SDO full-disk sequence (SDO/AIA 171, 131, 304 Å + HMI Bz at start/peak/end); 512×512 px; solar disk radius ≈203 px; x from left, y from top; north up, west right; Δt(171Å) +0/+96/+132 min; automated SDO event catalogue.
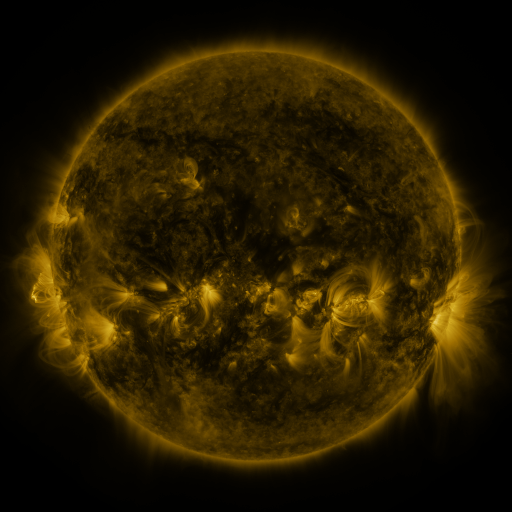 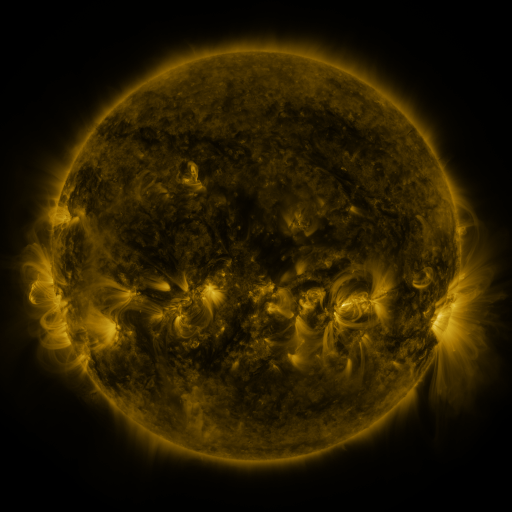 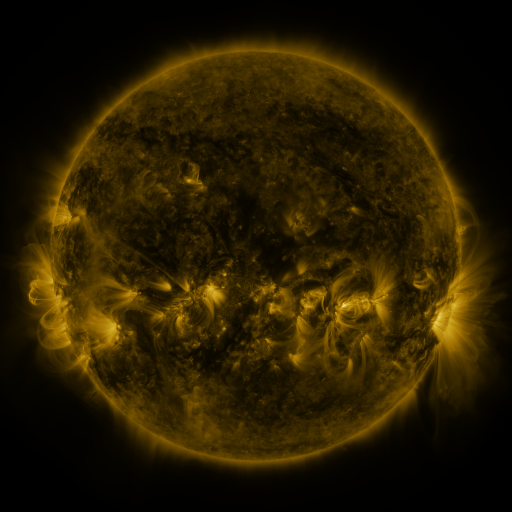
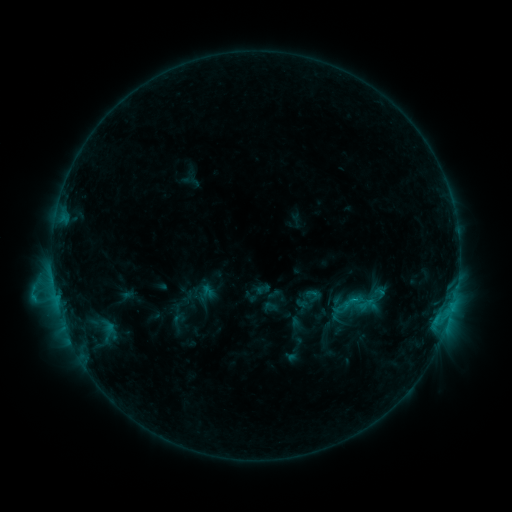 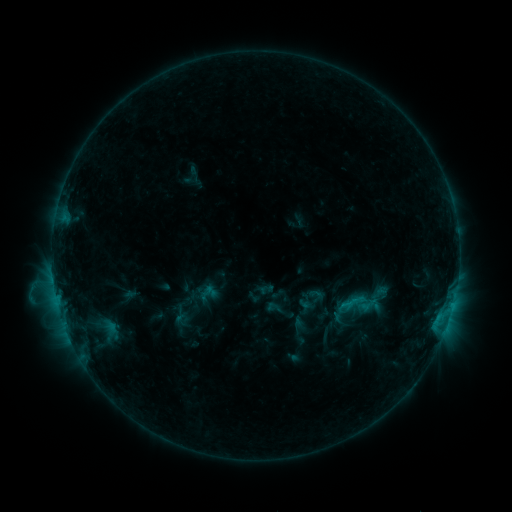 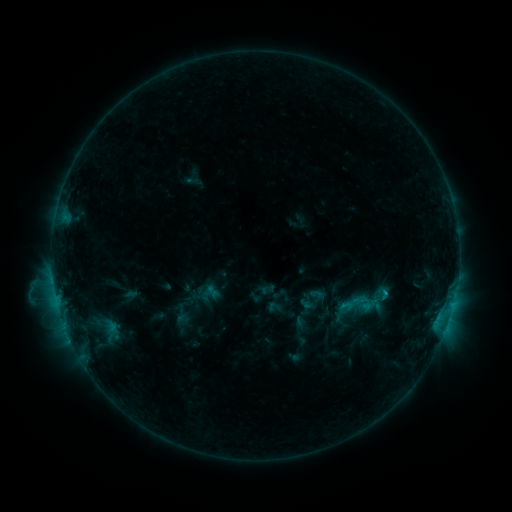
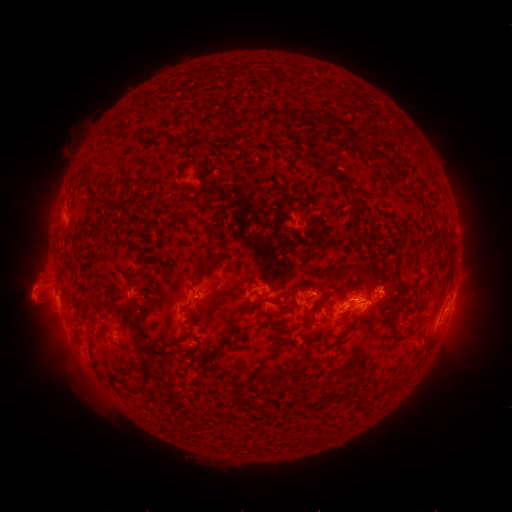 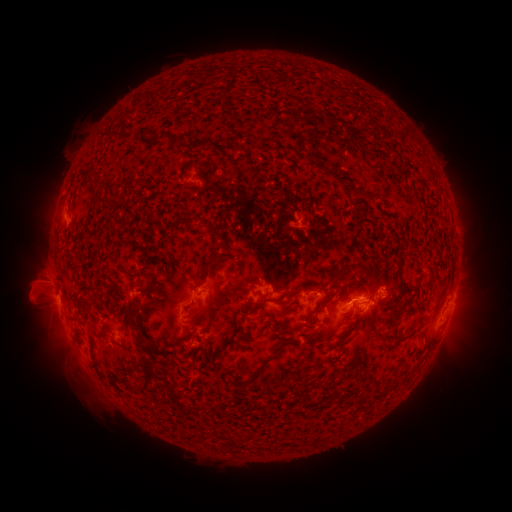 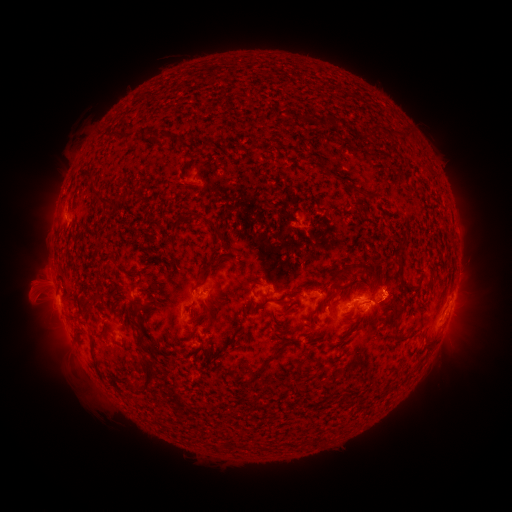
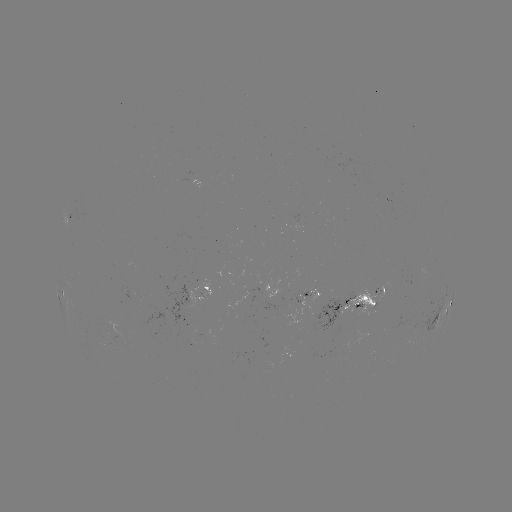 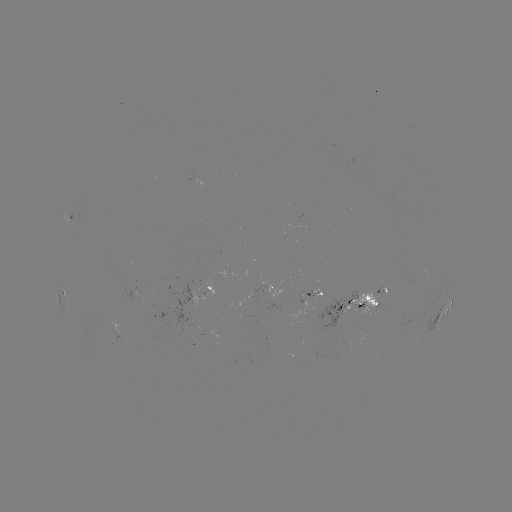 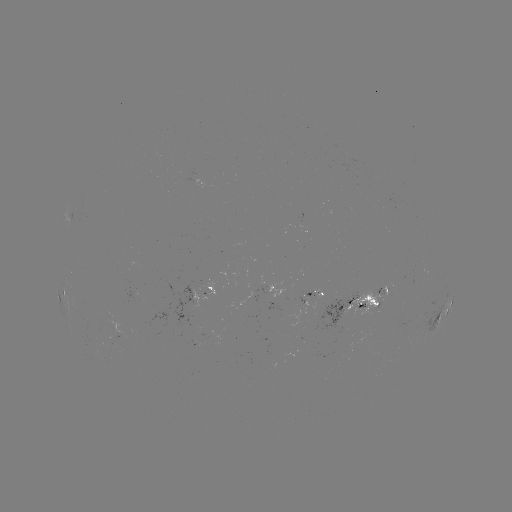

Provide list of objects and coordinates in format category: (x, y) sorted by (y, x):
emerging-flux region: (202, 293)
